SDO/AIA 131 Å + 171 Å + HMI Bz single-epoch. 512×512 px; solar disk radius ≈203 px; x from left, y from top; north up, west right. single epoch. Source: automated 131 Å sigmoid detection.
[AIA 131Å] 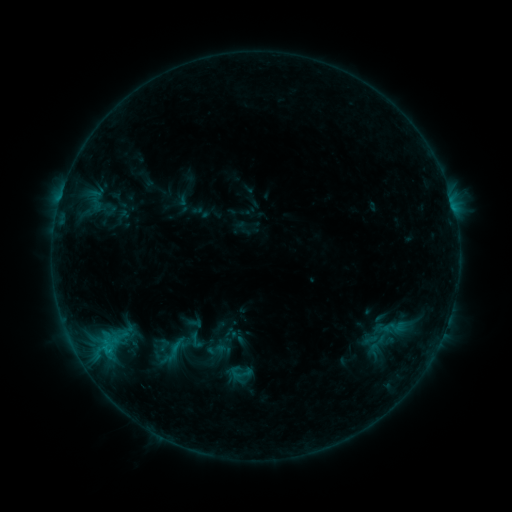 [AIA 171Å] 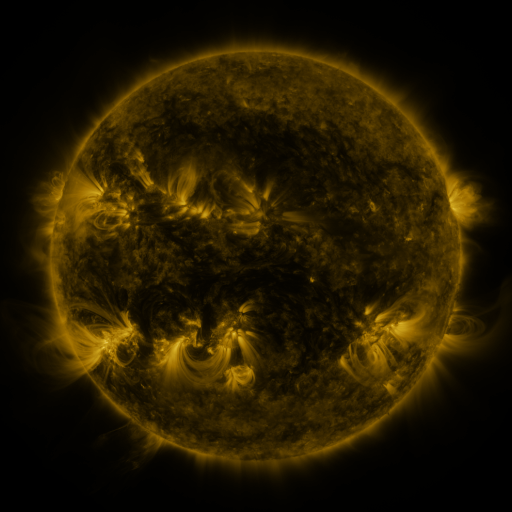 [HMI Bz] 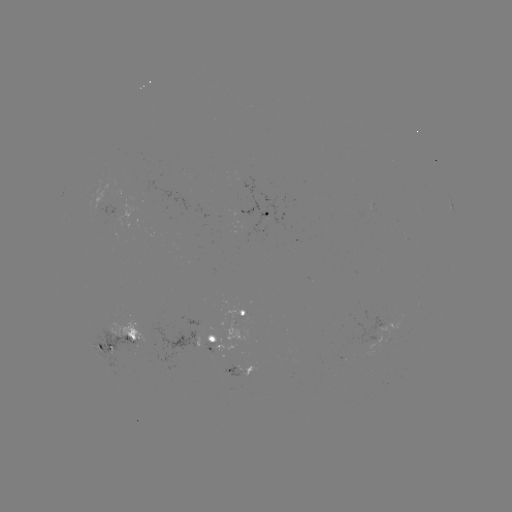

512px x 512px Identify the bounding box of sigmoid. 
[184, 330, 208, 351].